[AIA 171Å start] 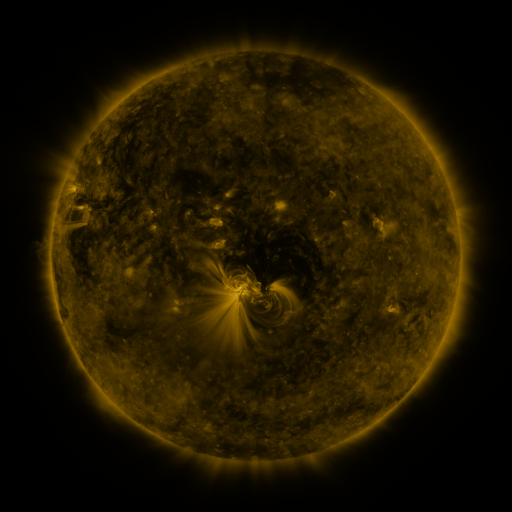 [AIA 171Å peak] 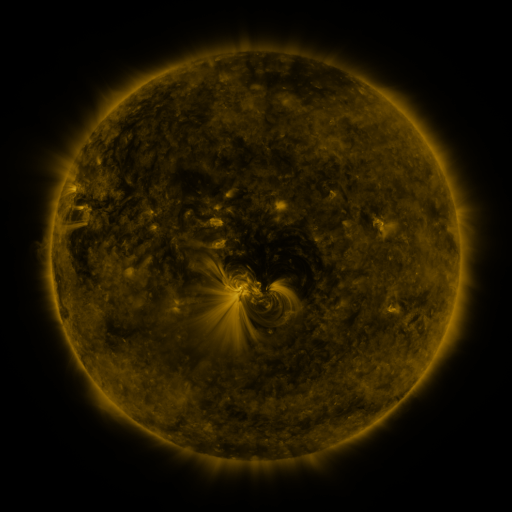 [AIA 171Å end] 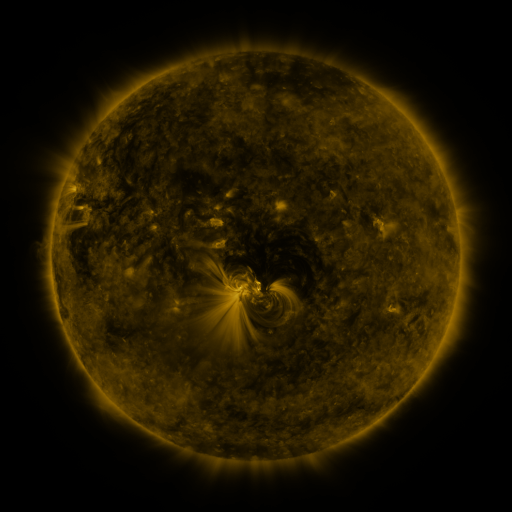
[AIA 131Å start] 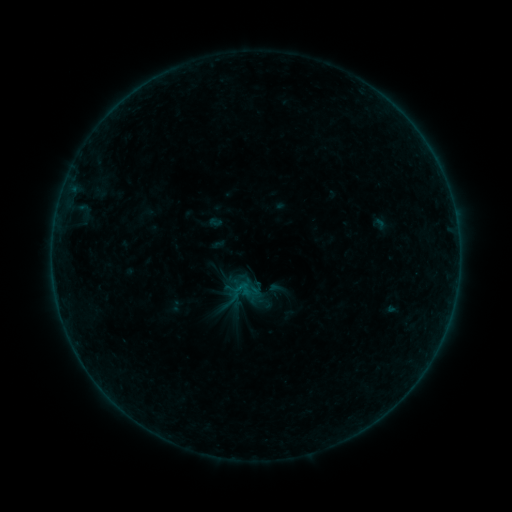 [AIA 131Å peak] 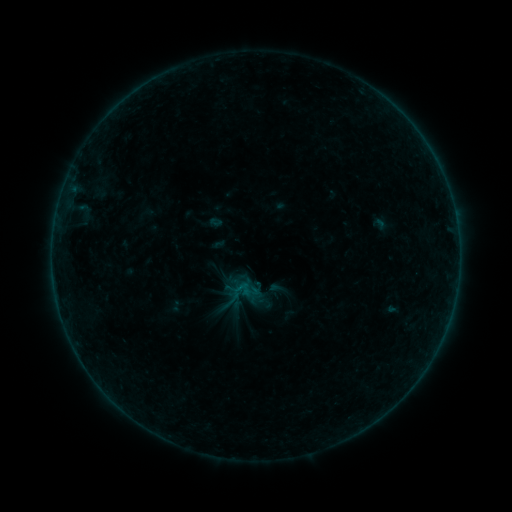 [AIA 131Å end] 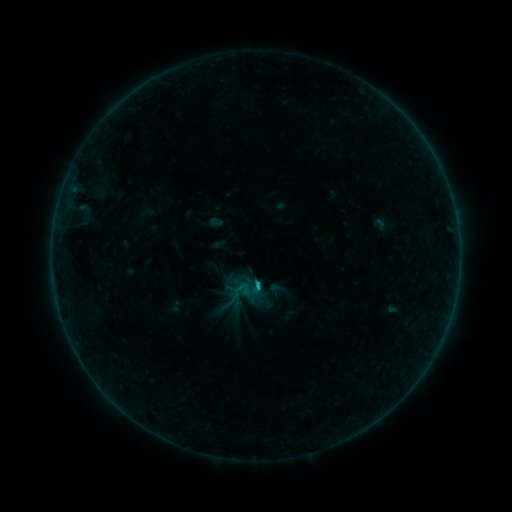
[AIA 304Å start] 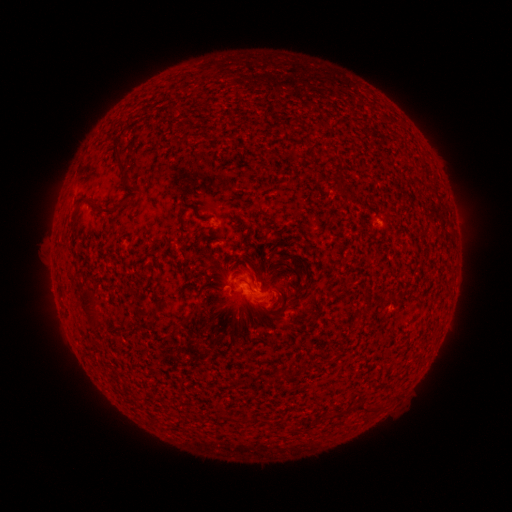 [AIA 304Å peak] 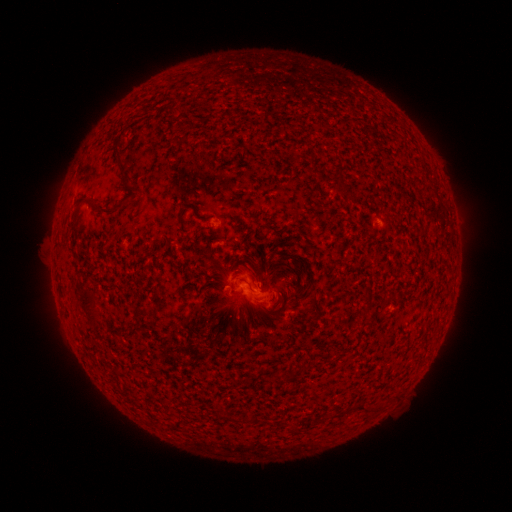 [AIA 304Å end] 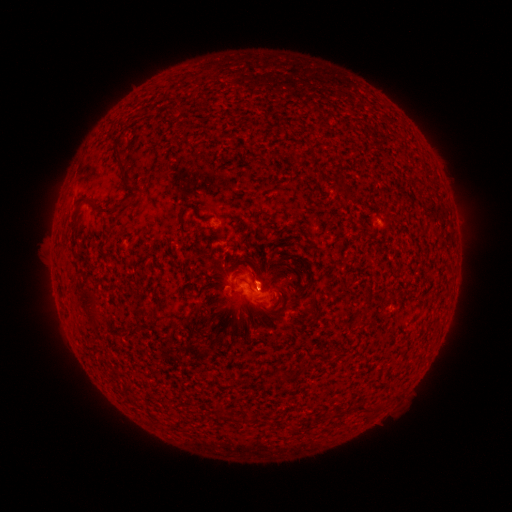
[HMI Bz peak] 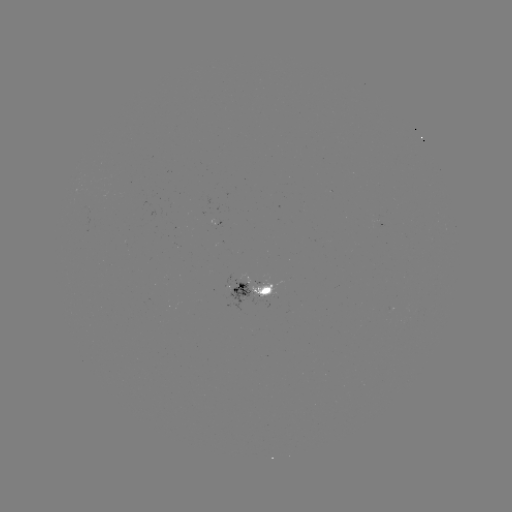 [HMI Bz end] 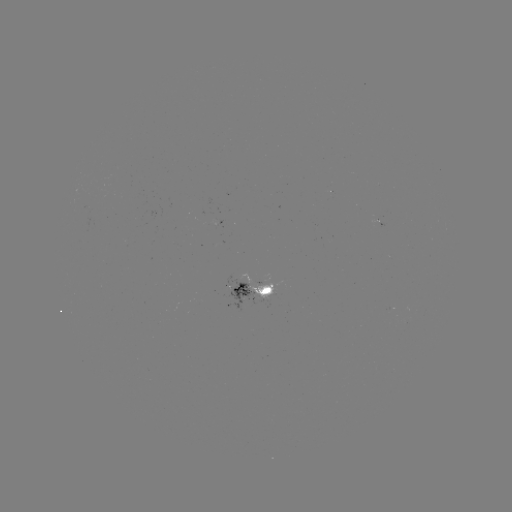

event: flare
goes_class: B9.4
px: (256, 287)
